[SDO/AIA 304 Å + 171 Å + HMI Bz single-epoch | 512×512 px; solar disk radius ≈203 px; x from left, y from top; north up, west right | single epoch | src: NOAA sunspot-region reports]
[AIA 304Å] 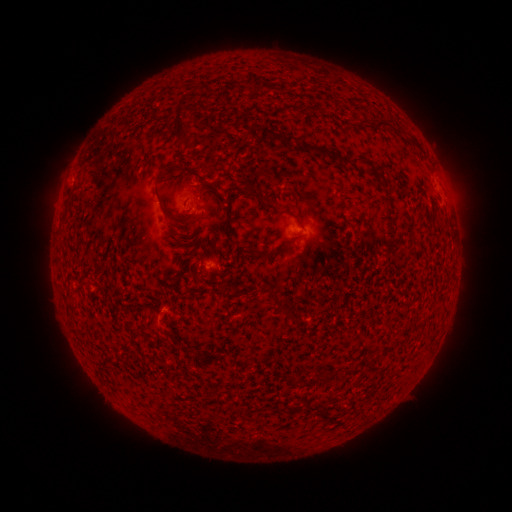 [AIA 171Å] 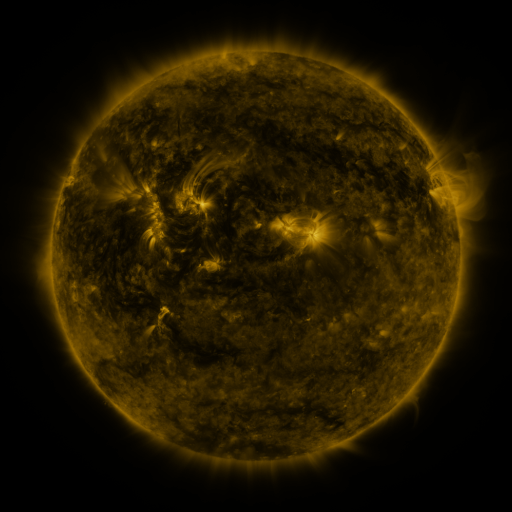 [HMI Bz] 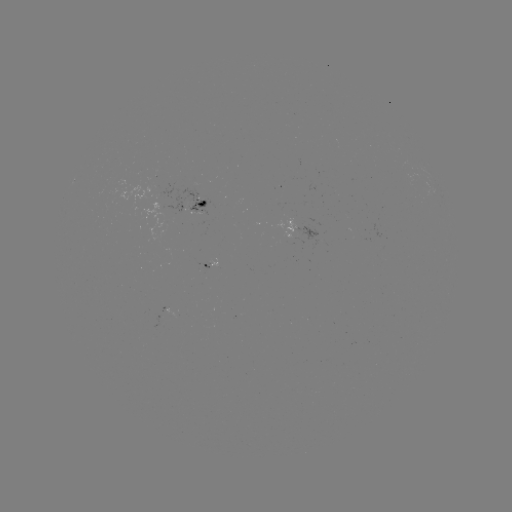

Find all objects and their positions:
spotted active region: (200, 202)
spotted active region: (305, 230)
spotted active region: (213, 265)
